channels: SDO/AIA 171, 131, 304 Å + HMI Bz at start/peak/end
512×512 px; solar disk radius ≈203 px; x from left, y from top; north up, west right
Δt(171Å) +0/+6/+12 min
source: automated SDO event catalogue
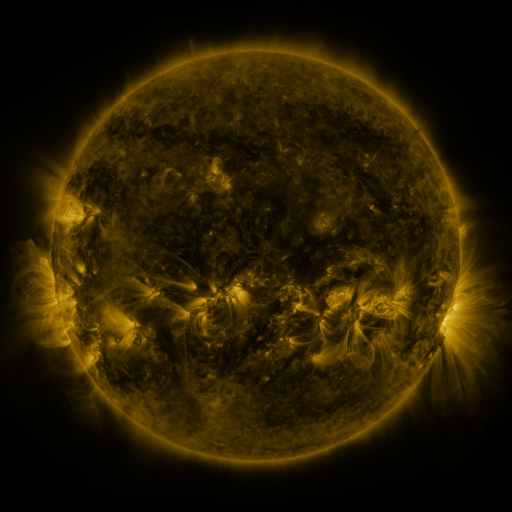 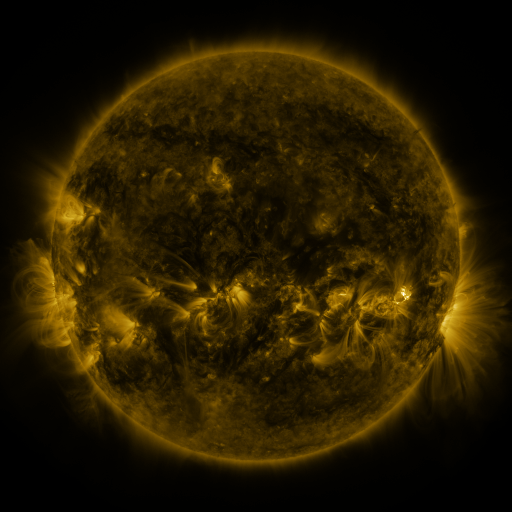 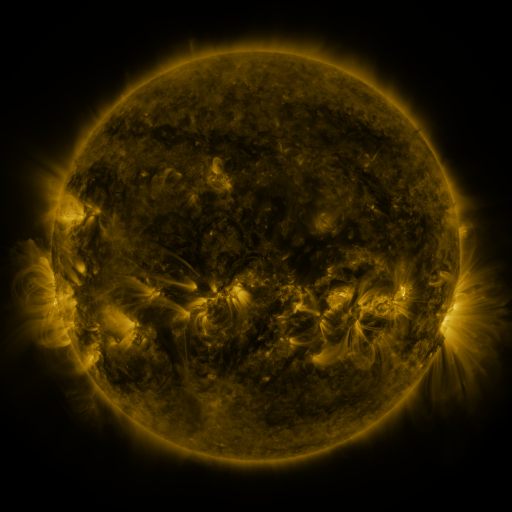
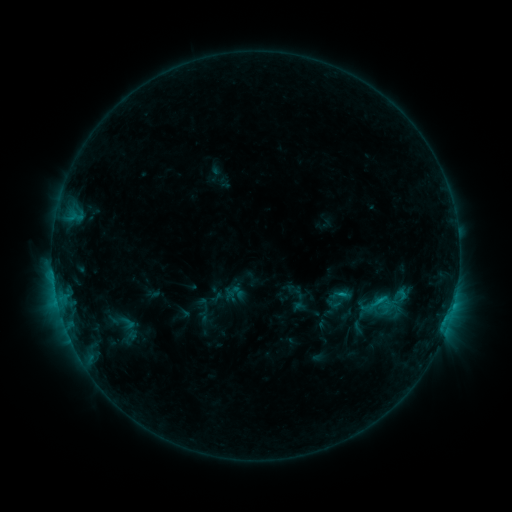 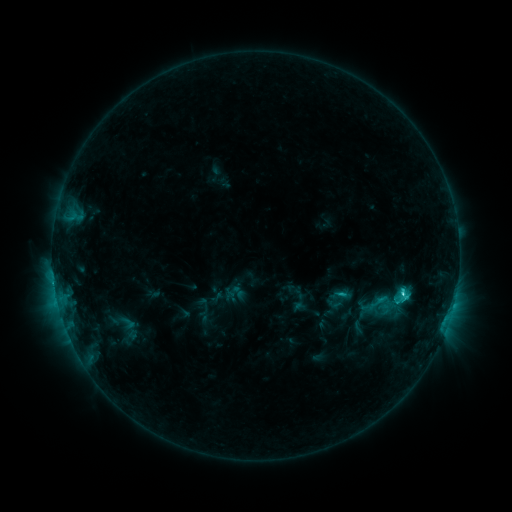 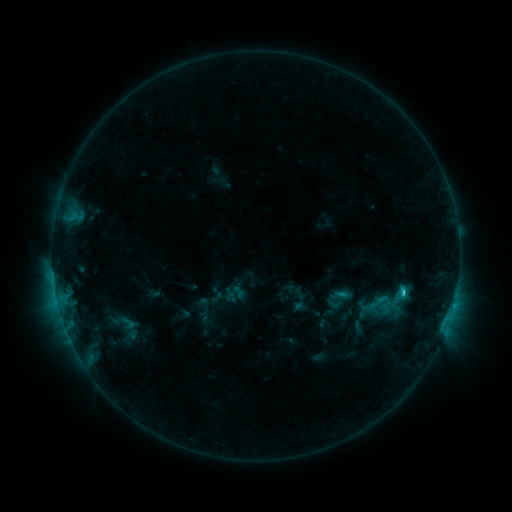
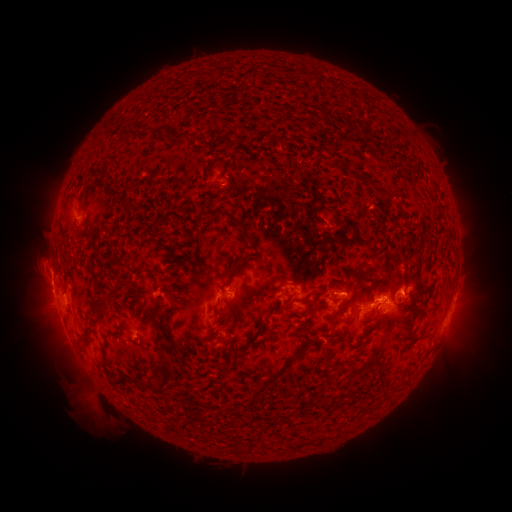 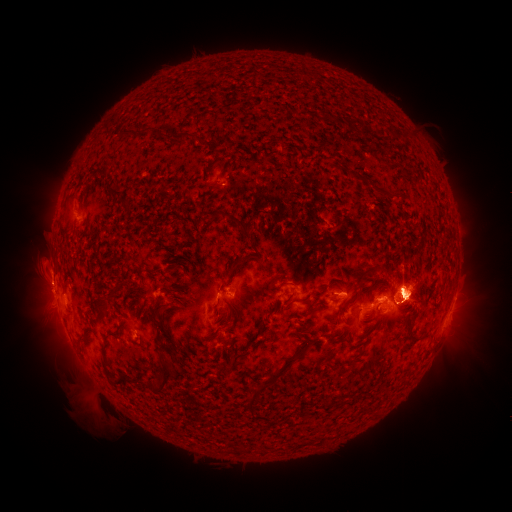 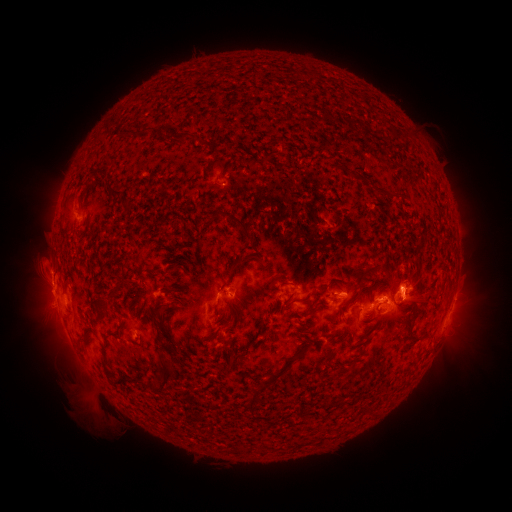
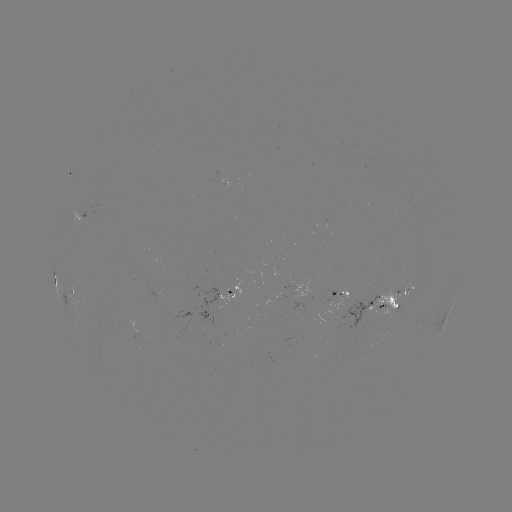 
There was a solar flare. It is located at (401, 291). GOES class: C3.2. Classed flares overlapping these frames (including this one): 1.